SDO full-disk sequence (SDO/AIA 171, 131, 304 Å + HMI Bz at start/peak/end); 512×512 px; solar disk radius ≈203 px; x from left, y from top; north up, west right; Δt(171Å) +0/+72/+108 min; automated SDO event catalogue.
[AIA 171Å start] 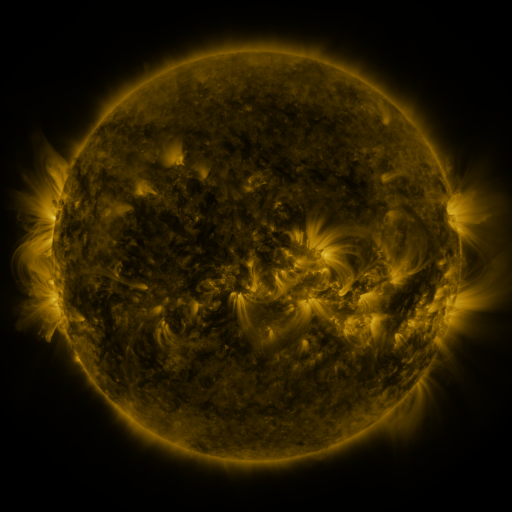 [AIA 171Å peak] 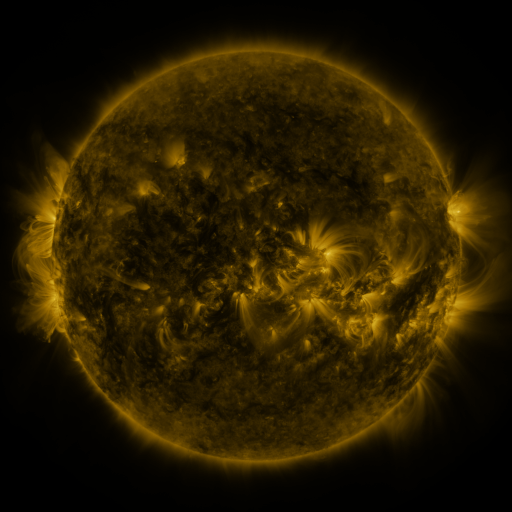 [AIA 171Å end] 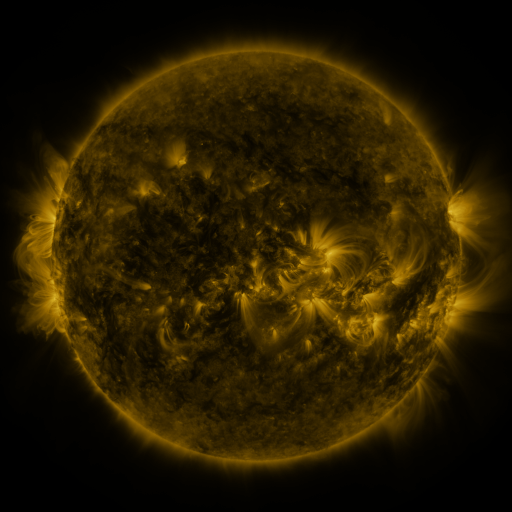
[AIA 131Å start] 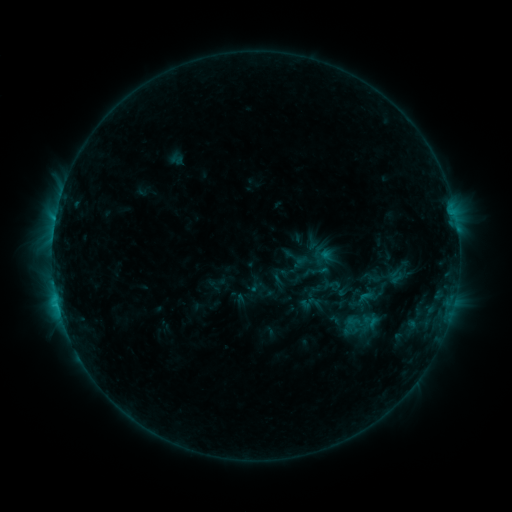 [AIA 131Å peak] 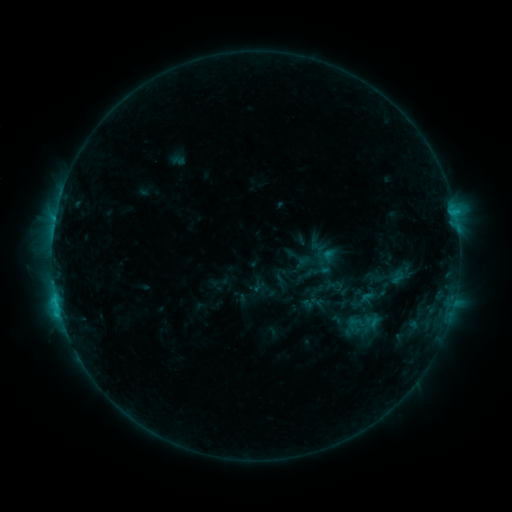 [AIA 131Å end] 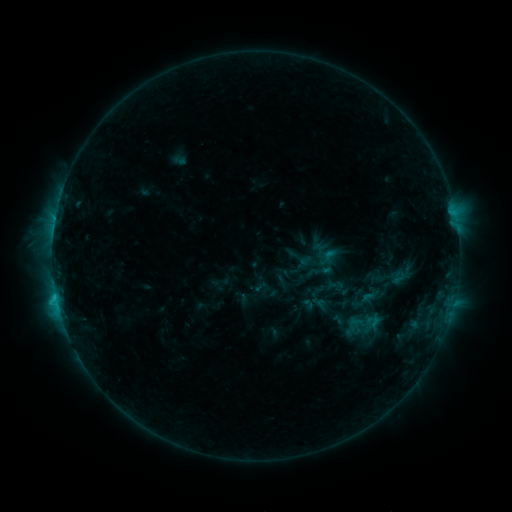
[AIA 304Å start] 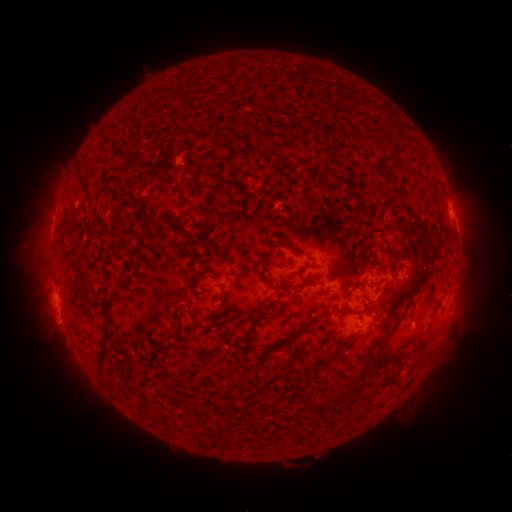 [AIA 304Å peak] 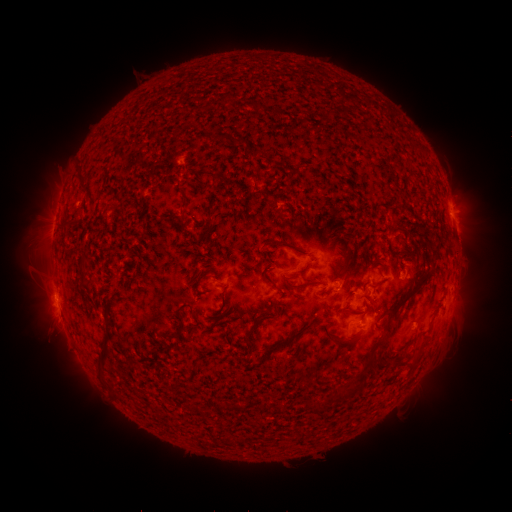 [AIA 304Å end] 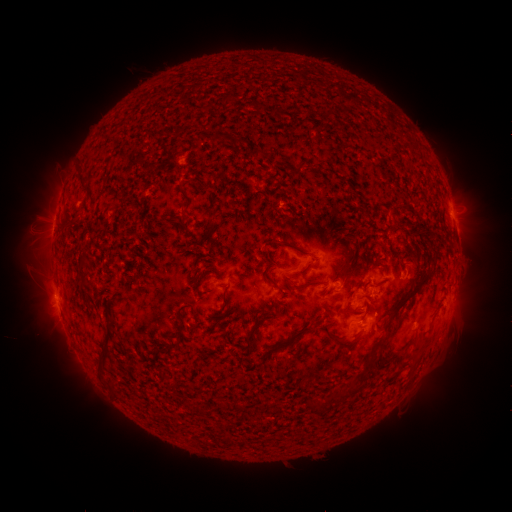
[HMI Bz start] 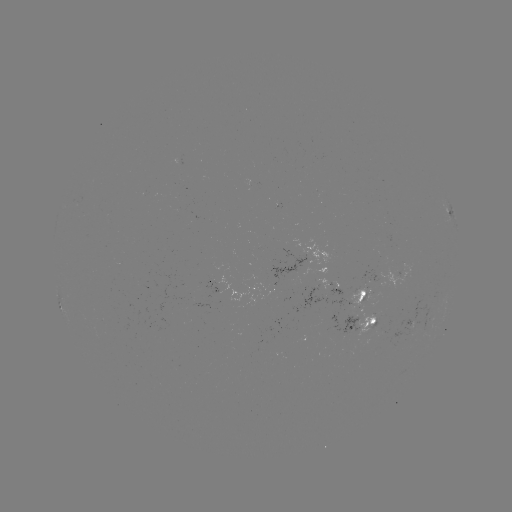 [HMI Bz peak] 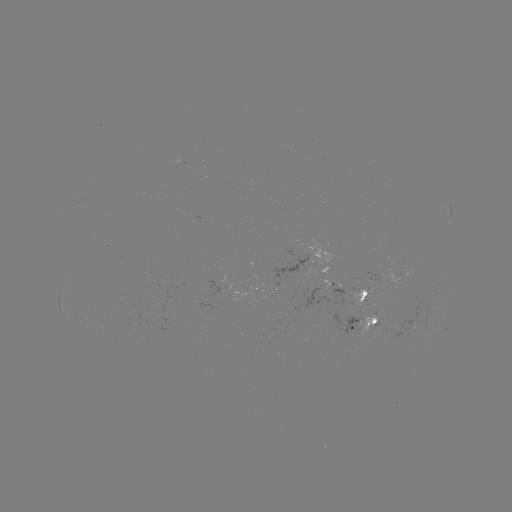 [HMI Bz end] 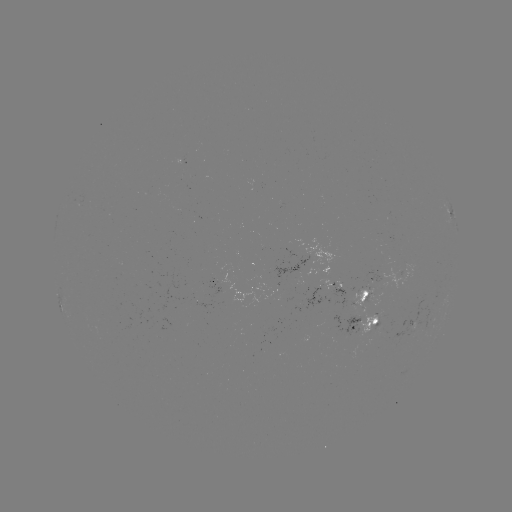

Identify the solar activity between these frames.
emerging-flux region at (196, 307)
